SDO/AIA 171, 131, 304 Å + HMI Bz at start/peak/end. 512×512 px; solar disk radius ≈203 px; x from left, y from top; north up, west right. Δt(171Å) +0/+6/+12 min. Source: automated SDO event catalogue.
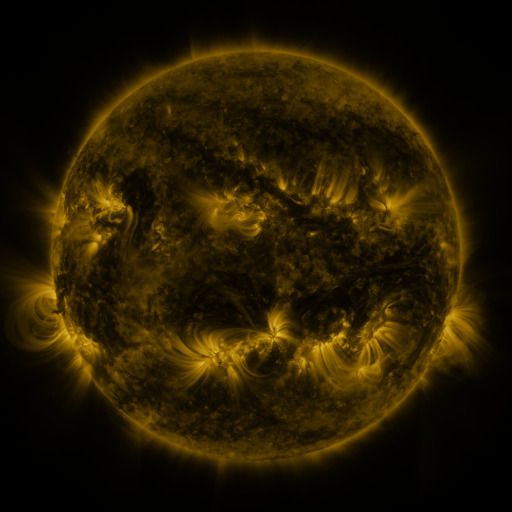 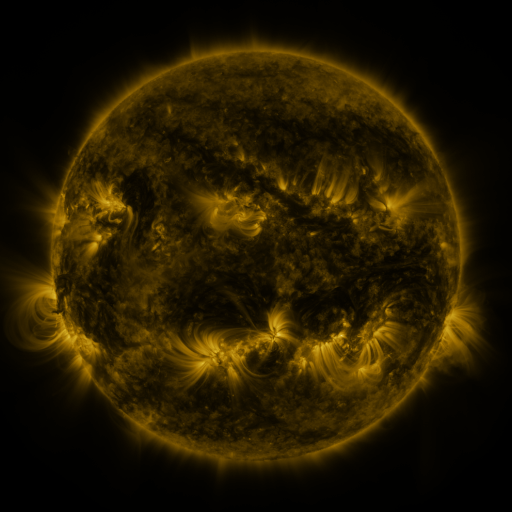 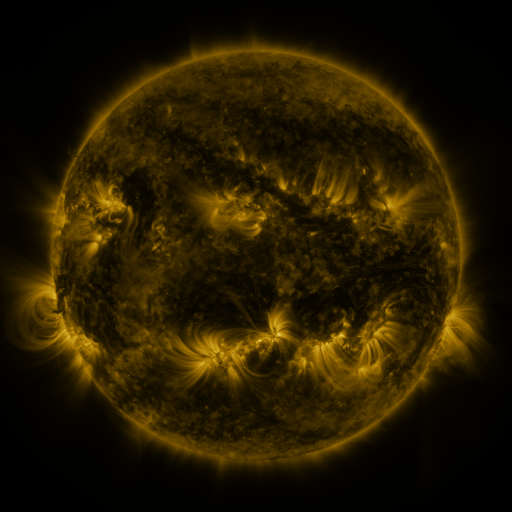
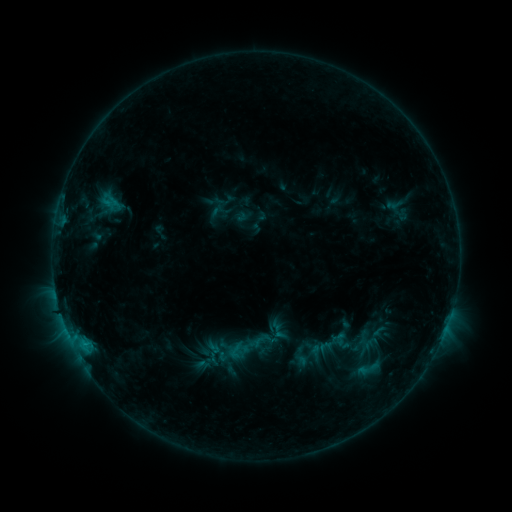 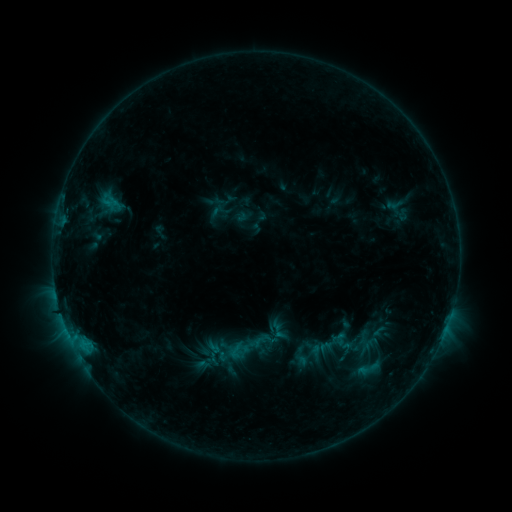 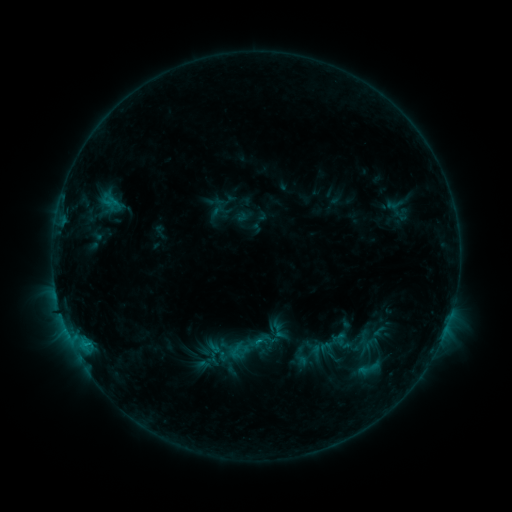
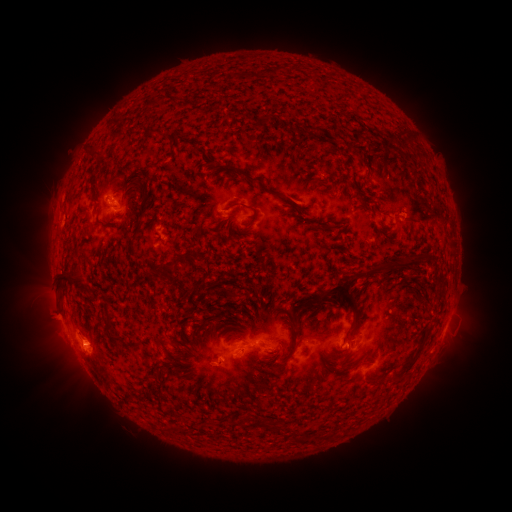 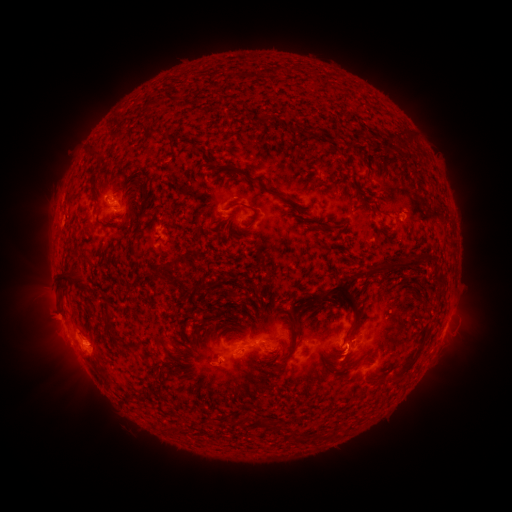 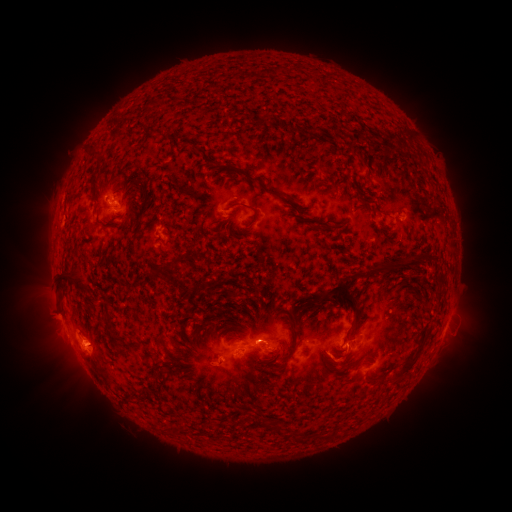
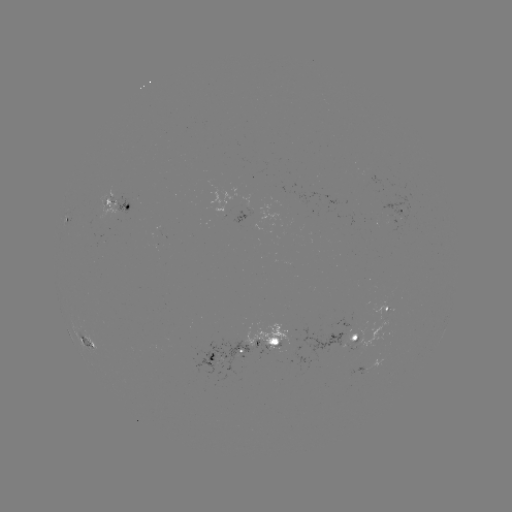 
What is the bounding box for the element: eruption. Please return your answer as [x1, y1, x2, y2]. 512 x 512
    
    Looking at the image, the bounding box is [235, 315, 309, 372].